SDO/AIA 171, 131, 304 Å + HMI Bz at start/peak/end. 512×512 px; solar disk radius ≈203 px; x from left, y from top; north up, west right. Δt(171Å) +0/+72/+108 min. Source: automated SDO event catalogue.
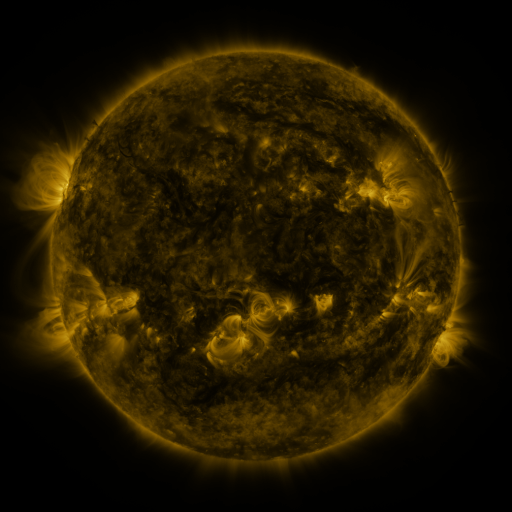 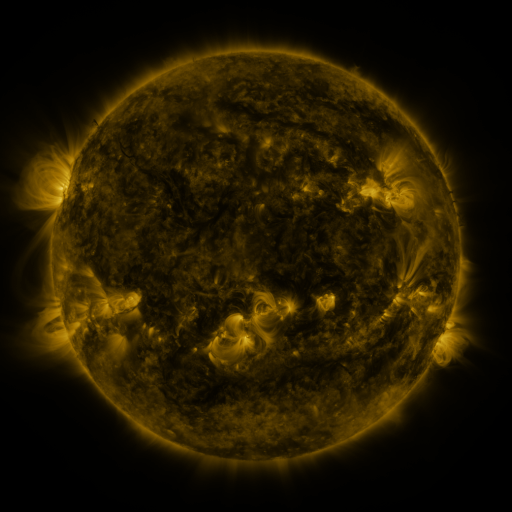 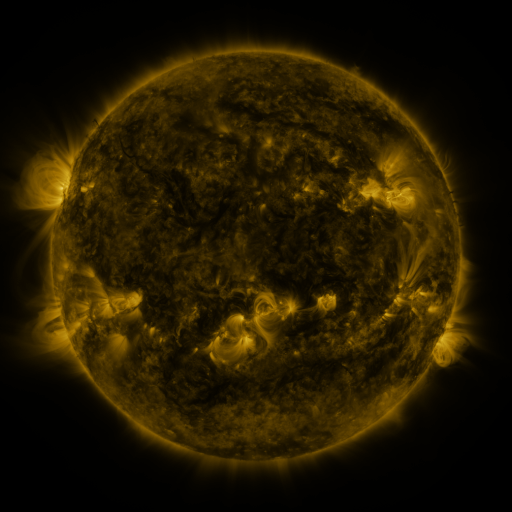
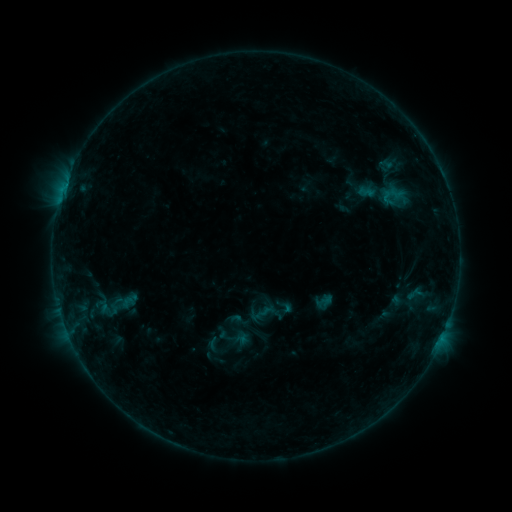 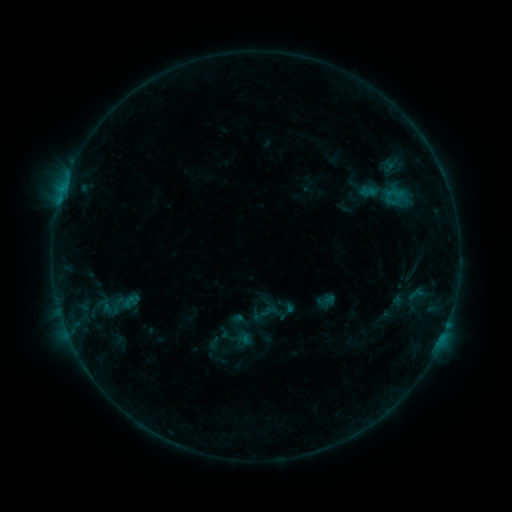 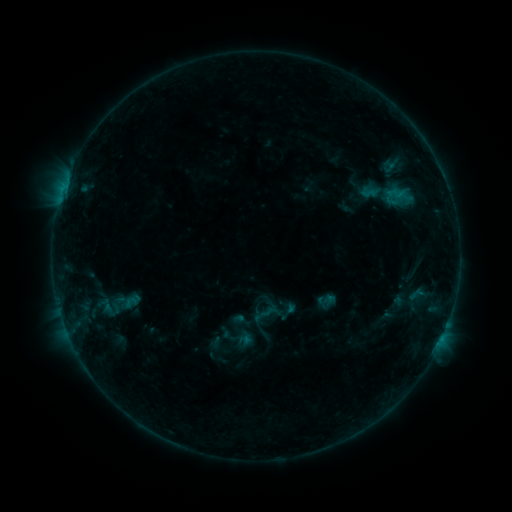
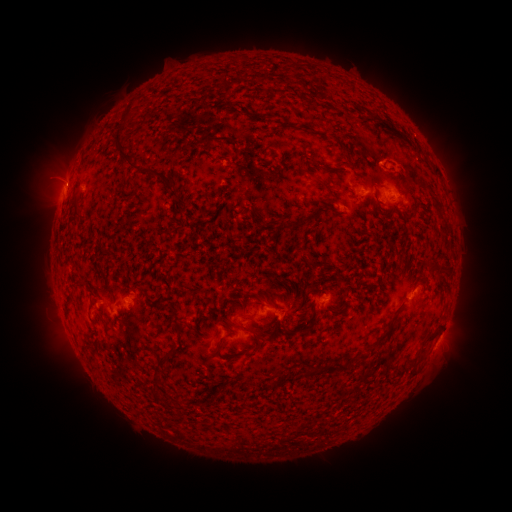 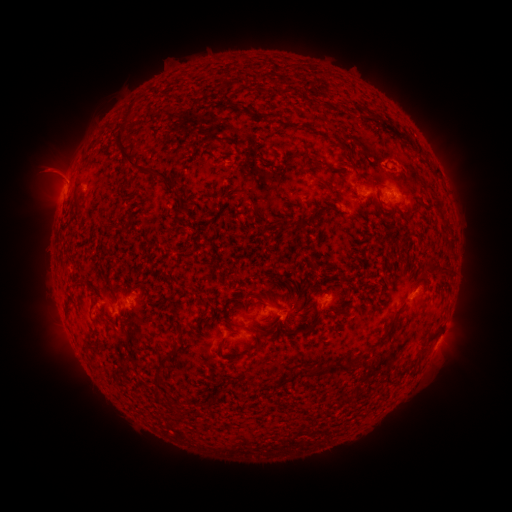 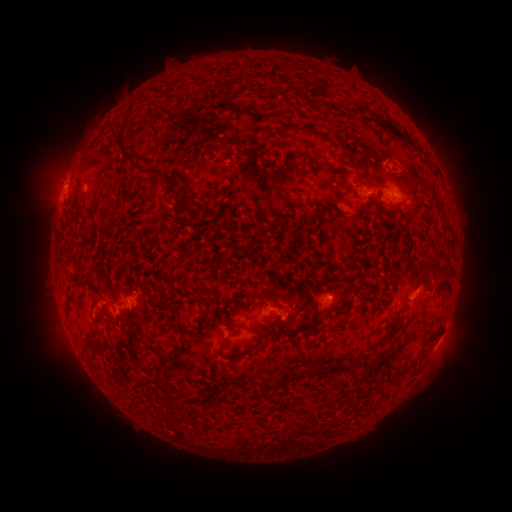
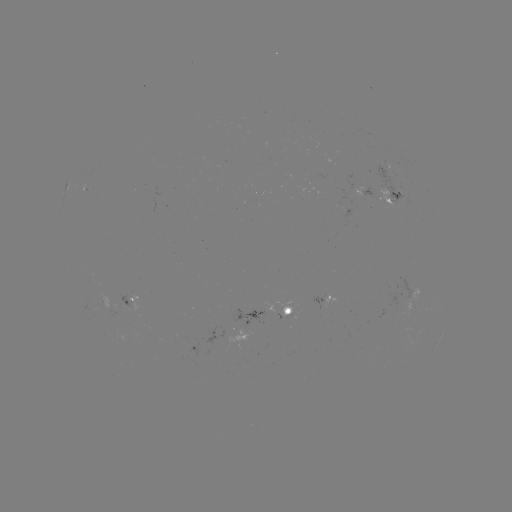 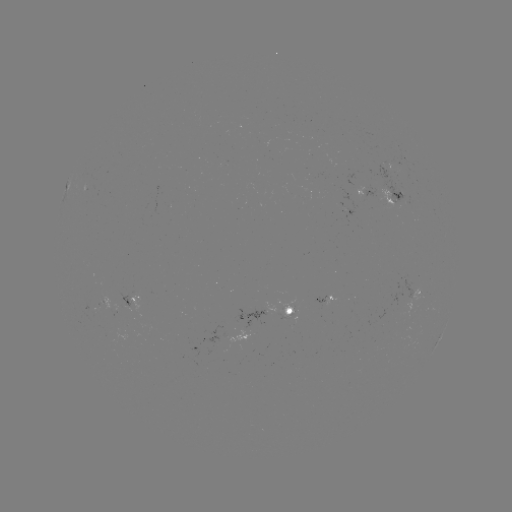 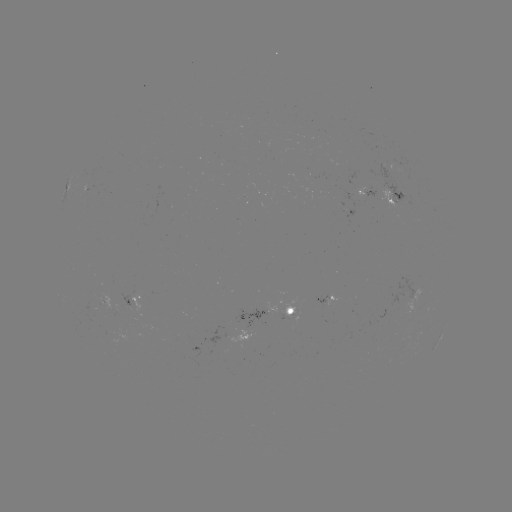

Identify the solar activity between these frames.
emerging-flux region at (293, 317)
